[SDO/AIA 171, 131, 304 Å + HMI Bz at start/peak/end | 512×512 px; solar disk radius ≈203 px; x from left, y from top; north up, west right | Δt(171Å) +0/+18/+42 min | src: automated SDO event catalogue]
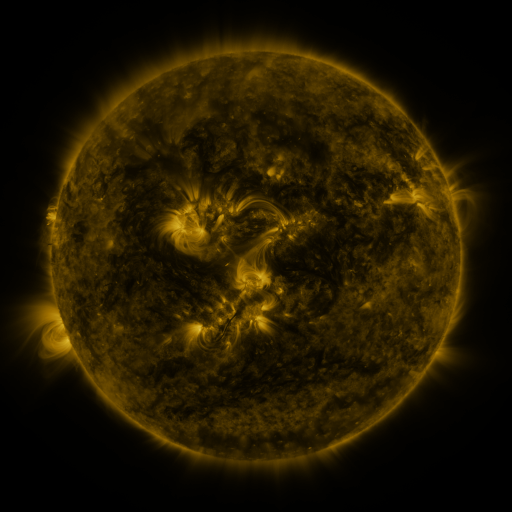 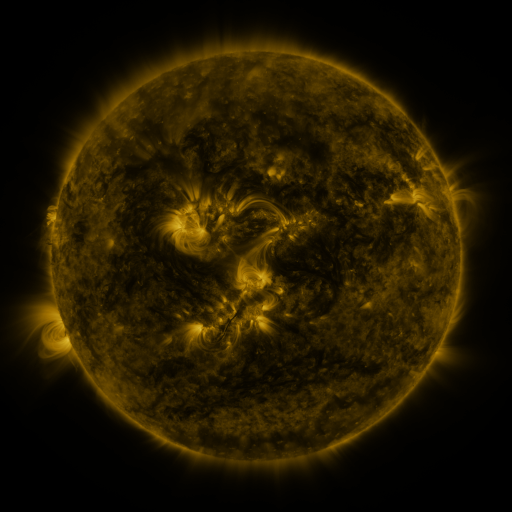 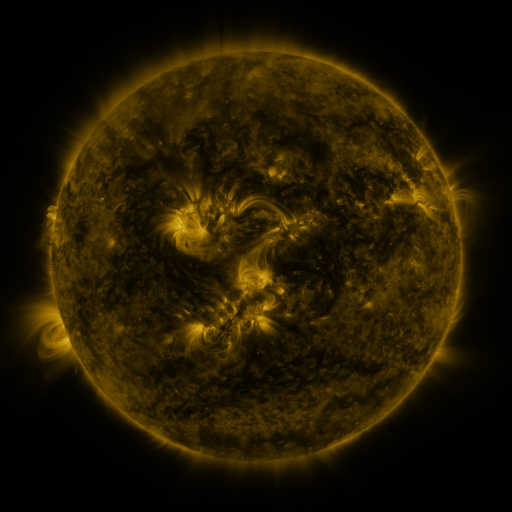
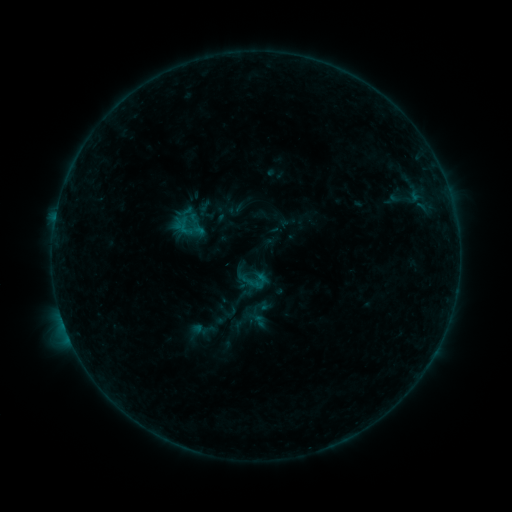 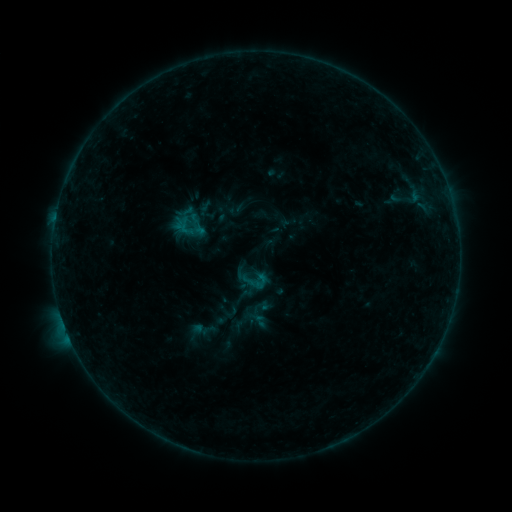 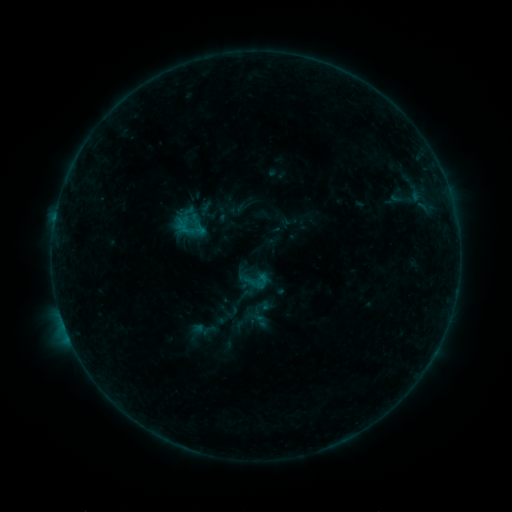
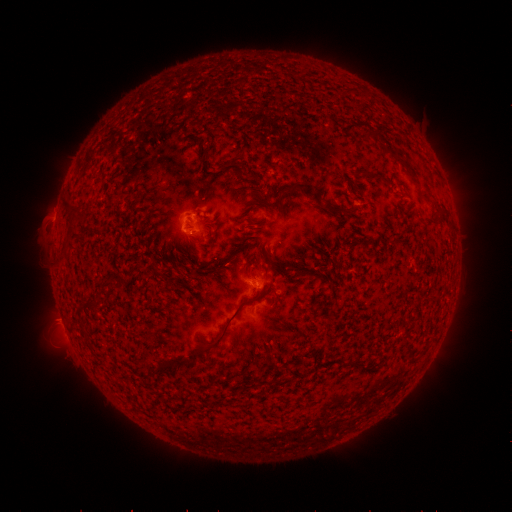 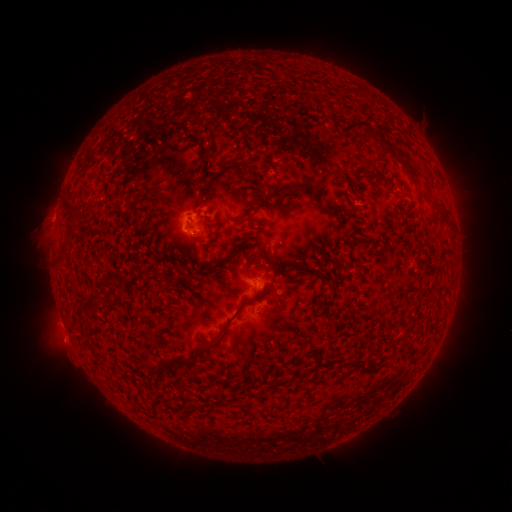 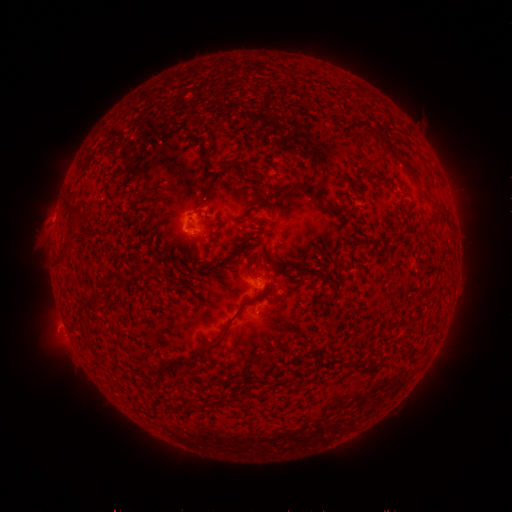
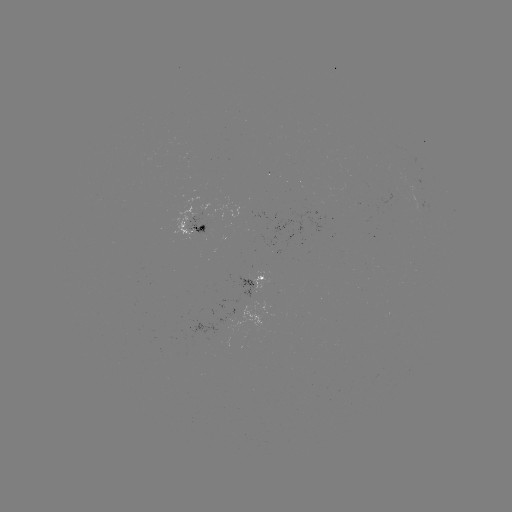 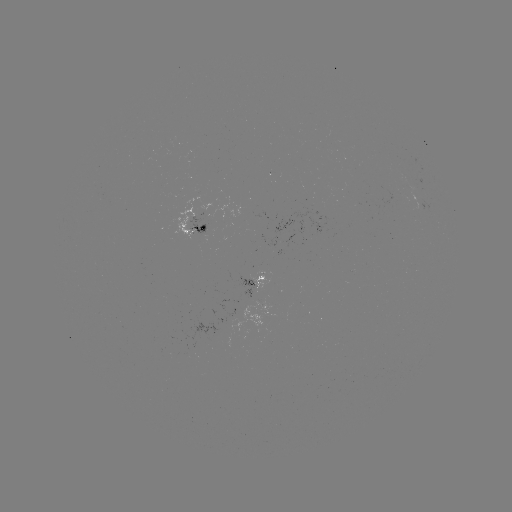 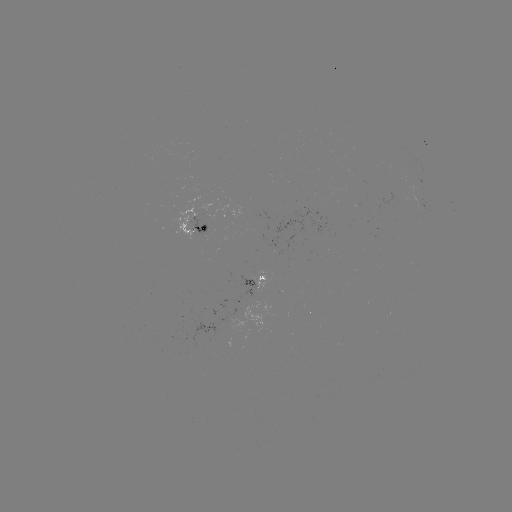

no classed flare was catalogued and no EUV brightening was flagged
